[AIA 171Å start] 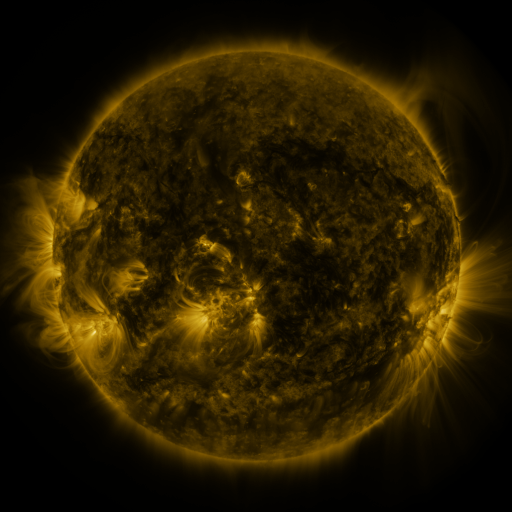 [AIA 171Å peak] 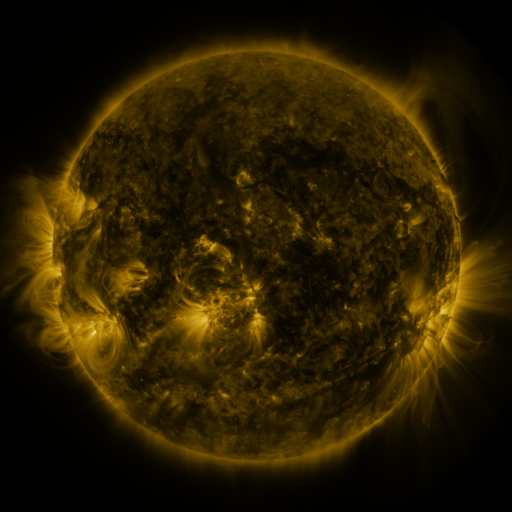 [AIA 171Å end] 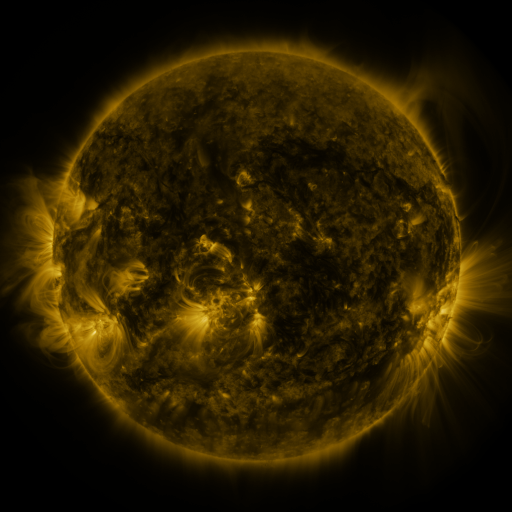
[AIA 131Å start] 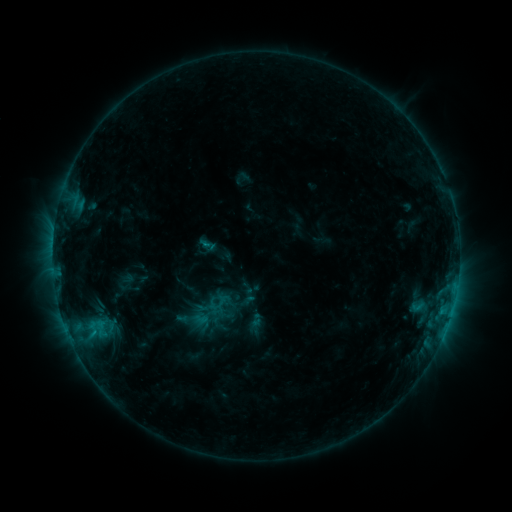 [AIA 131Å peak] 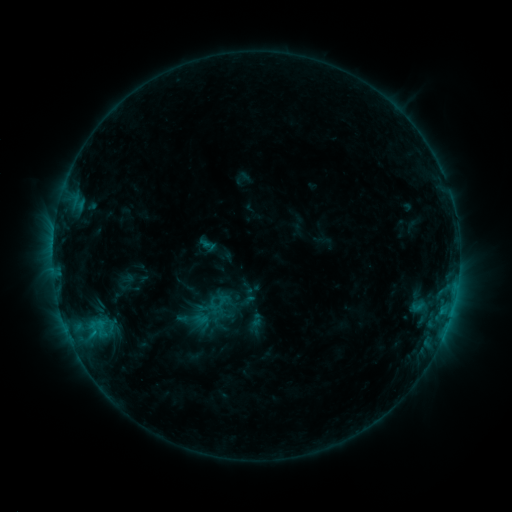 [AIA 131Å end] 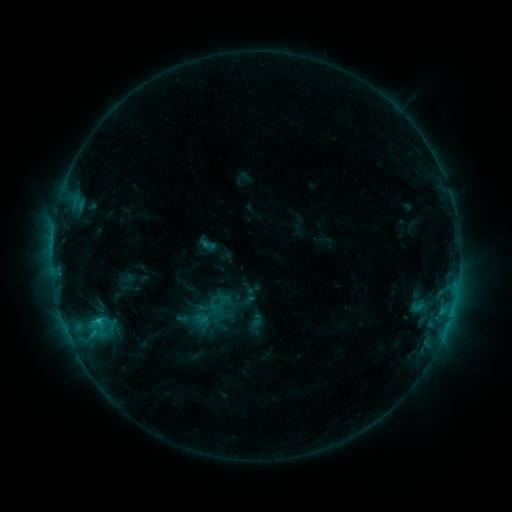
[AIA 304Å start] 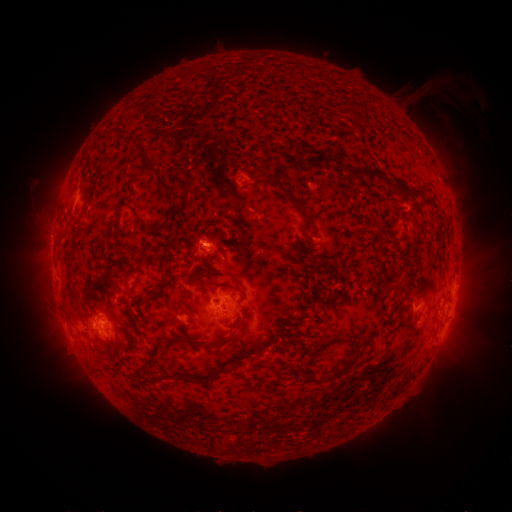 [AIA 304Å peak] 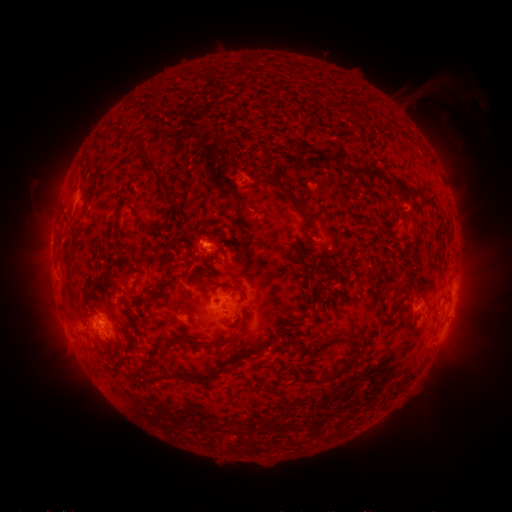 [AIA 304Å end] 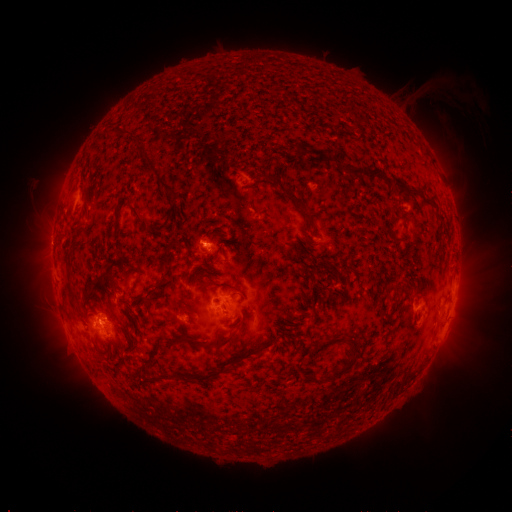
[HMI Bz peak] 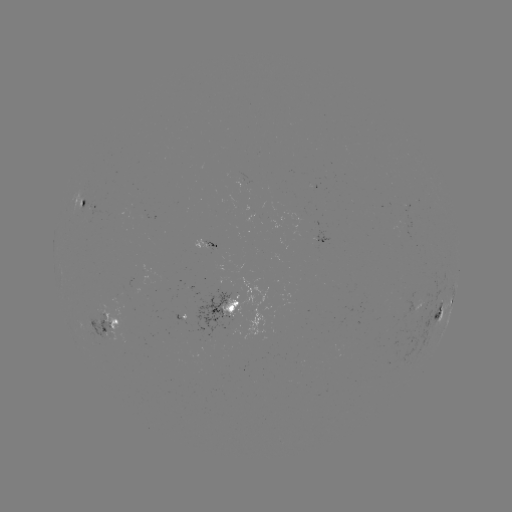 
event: flare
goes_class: C1.1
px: (99, 322)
